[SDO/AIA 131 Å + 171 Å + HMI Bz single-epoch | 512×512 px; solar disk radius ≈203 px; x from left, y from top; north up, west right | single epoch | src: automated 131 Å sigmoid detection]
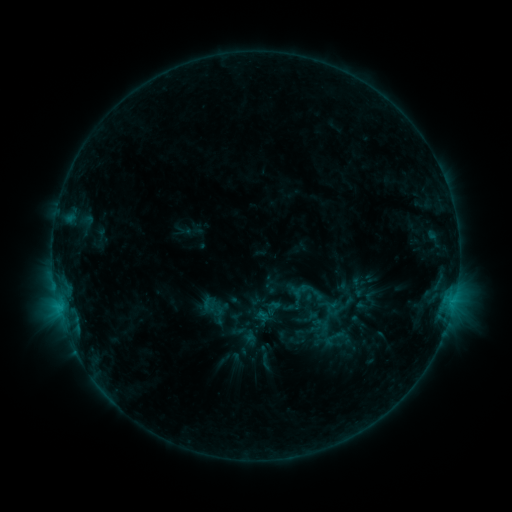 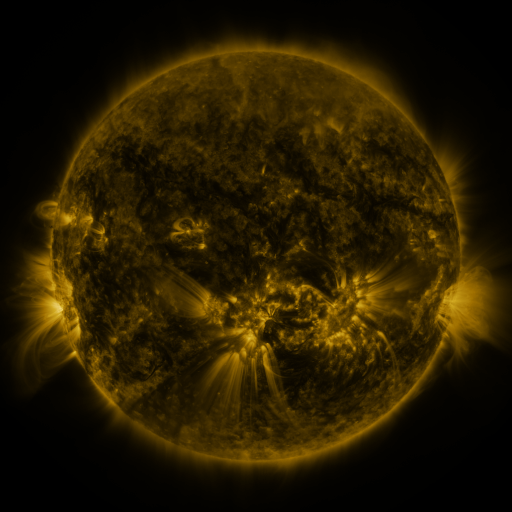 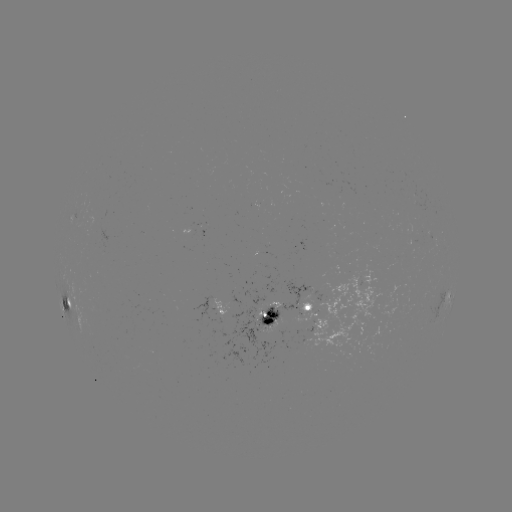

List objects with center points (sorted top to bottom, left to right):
sigmoid: (311, 314, 331, 334)
sigmoid: (321, 325, 350, 353)
